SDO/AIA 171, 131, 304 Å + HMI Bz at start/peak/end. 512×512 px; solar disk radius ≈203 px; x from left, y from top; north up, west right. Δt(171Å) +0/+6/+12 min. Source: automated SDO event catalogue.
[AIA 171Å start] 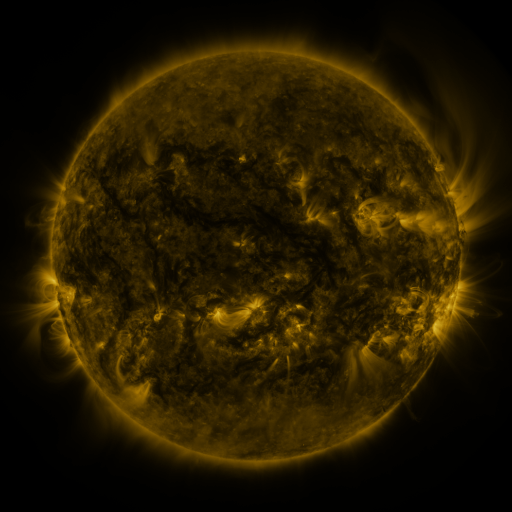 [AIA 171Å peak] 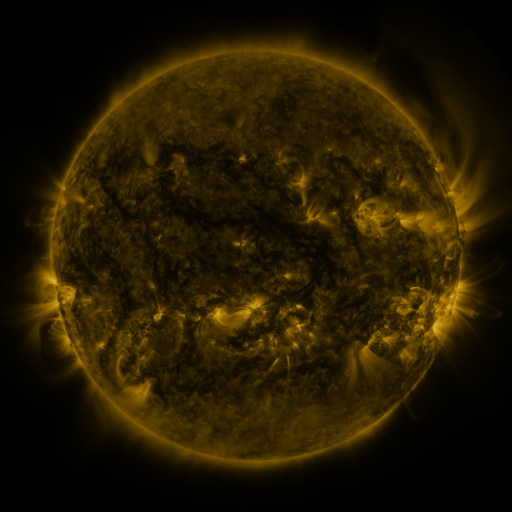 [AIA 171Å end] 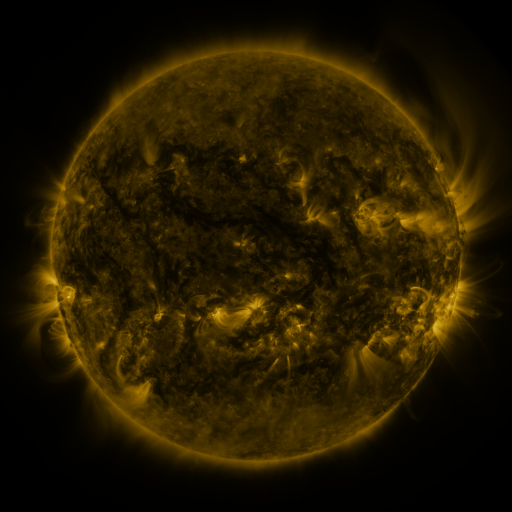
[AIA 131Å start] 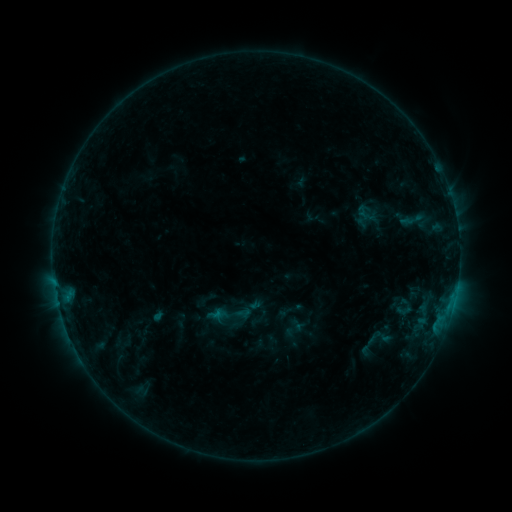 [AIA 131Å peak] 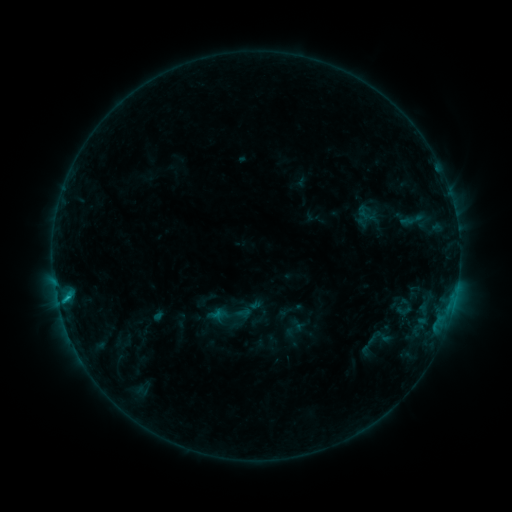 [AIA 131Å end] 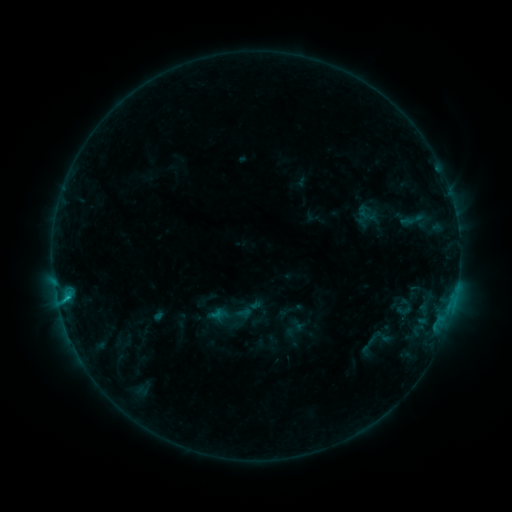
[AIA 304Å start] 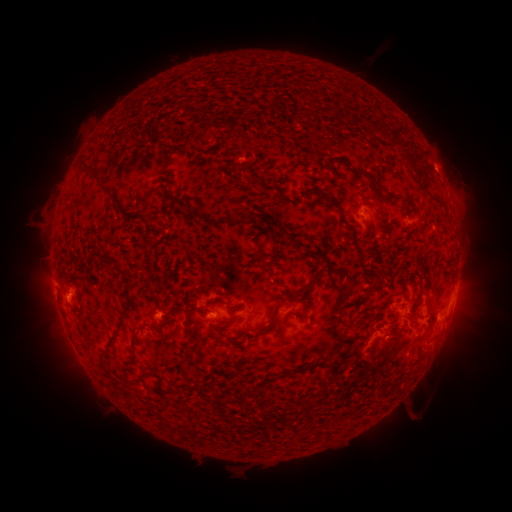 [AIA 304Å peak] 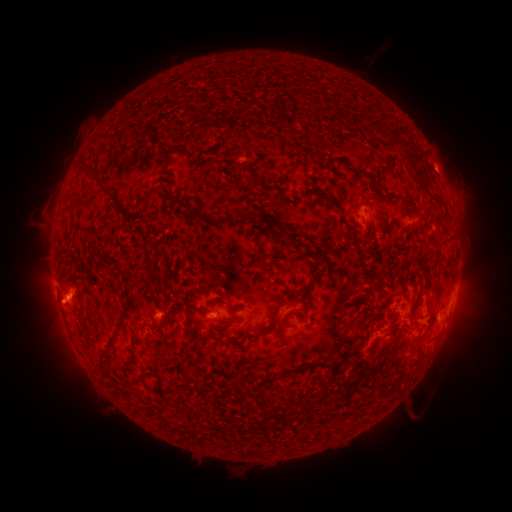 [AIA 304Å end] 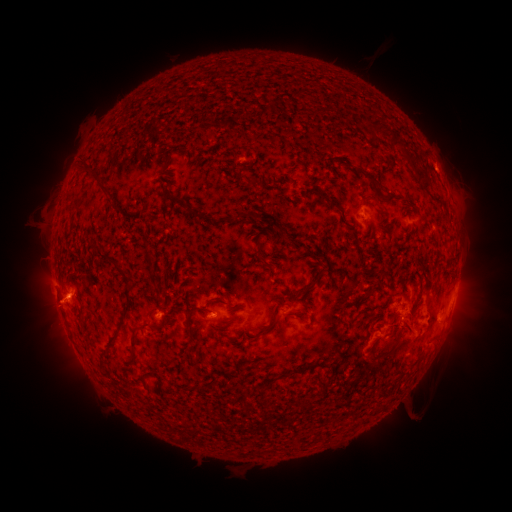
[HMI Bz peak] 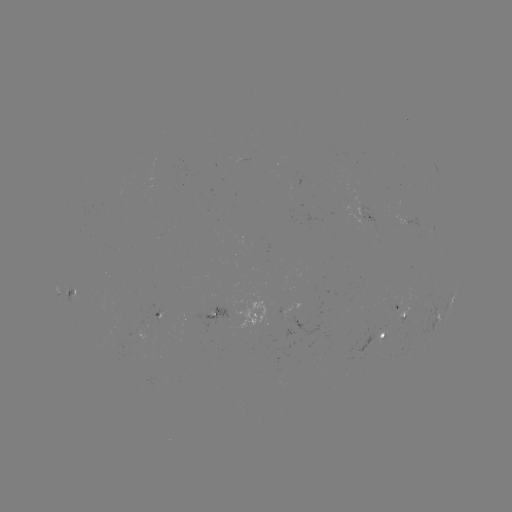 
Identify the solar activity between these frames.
eruption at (52, 308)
